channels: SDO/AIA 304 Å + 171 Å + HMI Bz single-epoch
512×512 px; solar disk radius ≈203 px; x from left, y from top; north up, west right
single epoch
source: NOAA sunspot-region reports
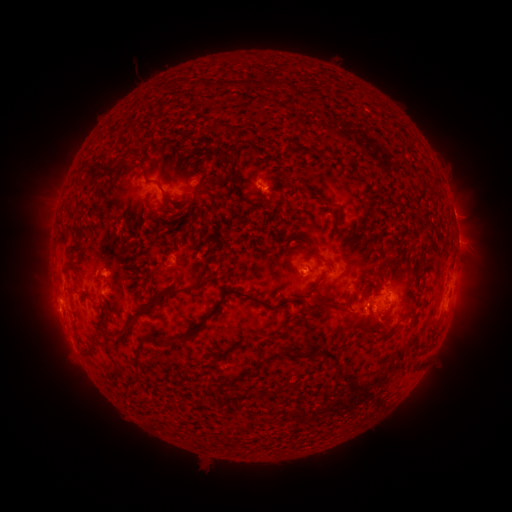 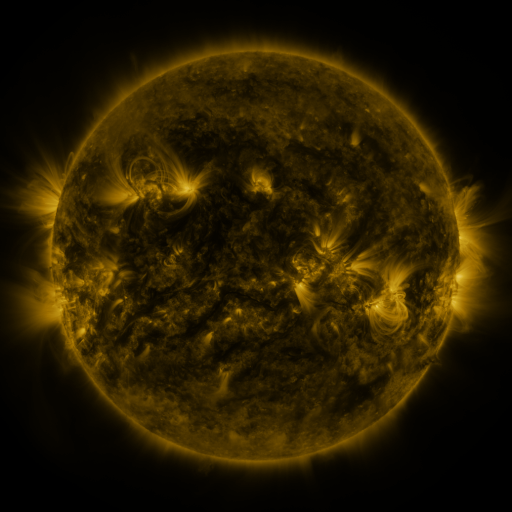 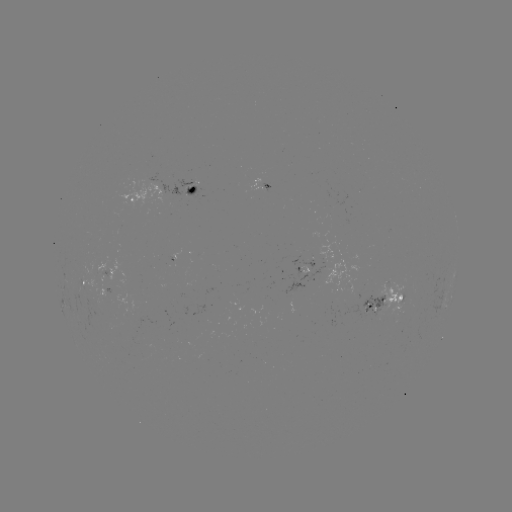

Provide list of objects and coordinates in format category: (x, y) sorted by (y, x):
spotted active region: (262, 182)
spotted active region: (191, 187)
spotted active region: (135, 197)
spotted active region: (455, 217)
spotted active region: (458, 238)
spotted active region: (314, 267)
spotted active region: (454, 275)
spotted active region: (84, 281)
spotted active region: (390, 301)
